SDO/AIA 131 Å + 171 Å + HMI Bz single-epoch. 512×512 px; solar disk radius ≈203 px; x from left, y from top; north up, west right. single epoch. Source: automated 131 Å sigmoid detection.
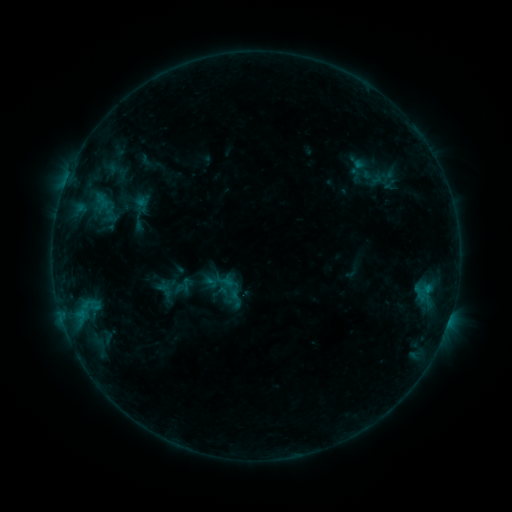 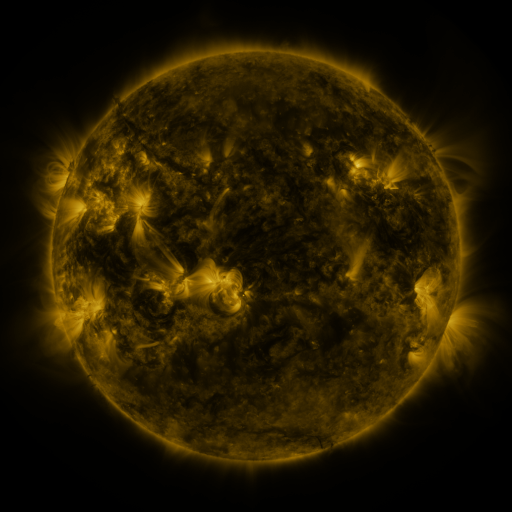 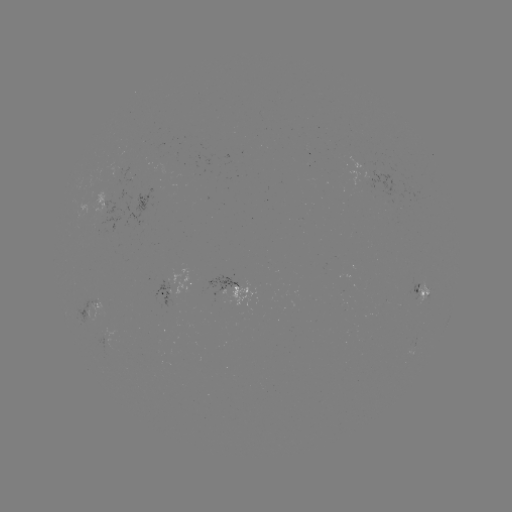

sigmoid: <bbox>220, 279, 241, 299</bbox>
